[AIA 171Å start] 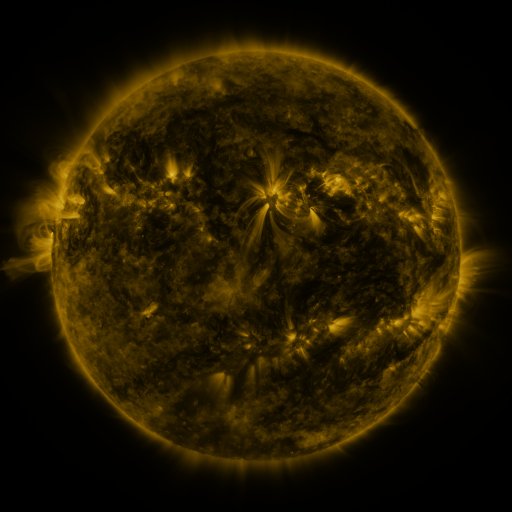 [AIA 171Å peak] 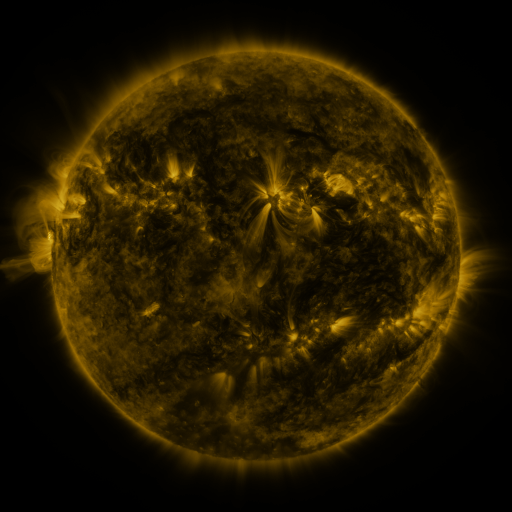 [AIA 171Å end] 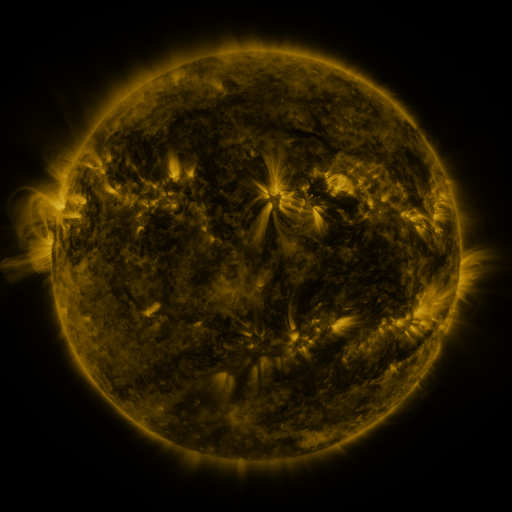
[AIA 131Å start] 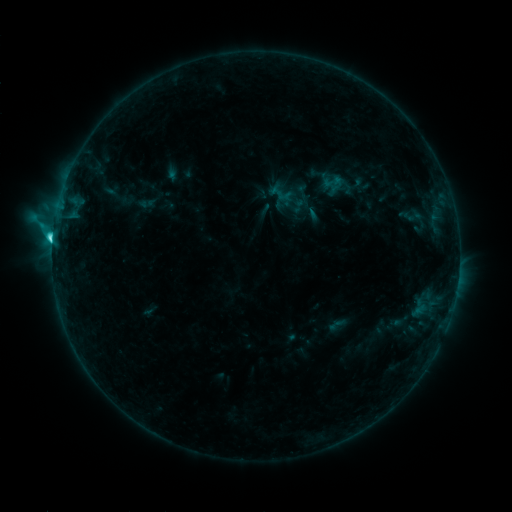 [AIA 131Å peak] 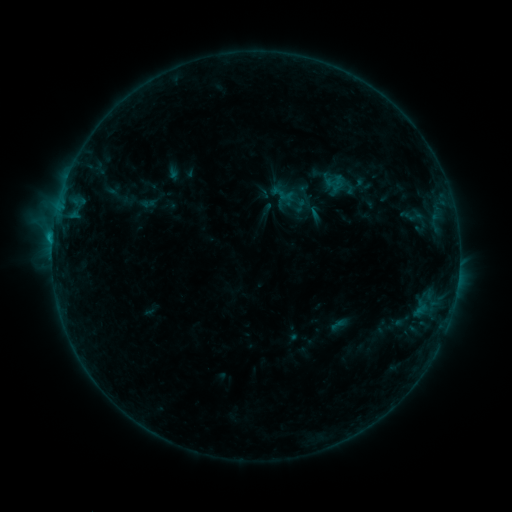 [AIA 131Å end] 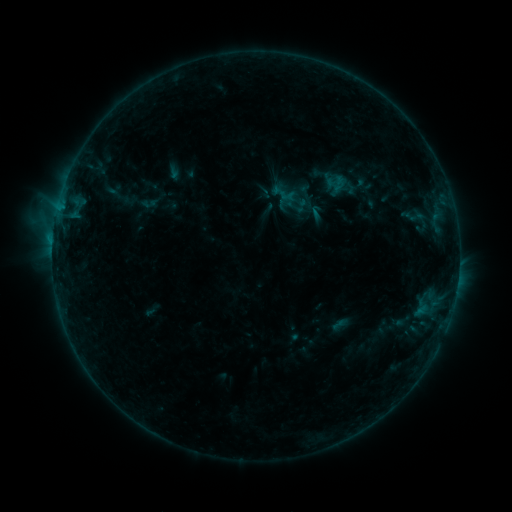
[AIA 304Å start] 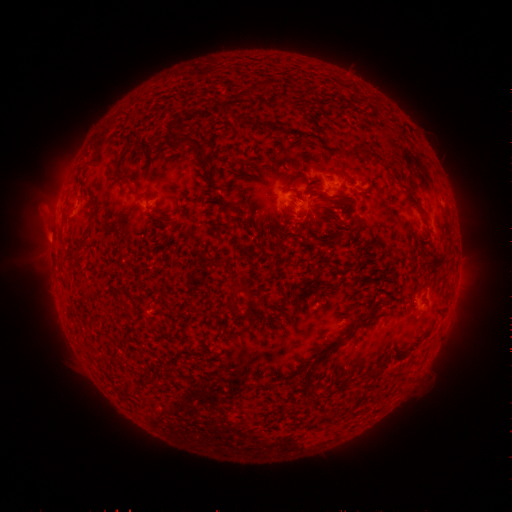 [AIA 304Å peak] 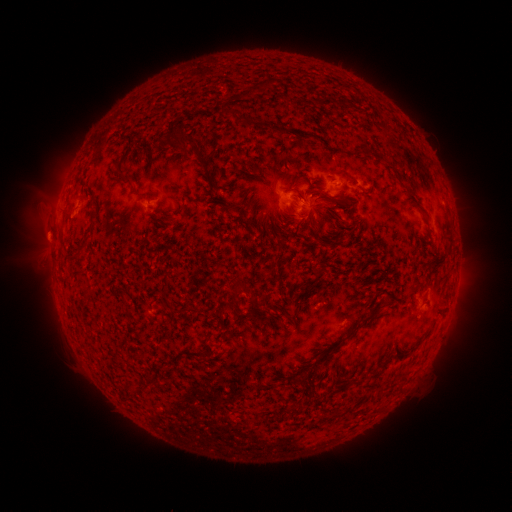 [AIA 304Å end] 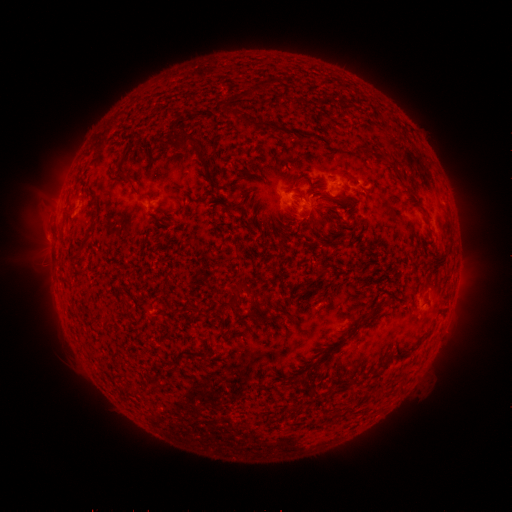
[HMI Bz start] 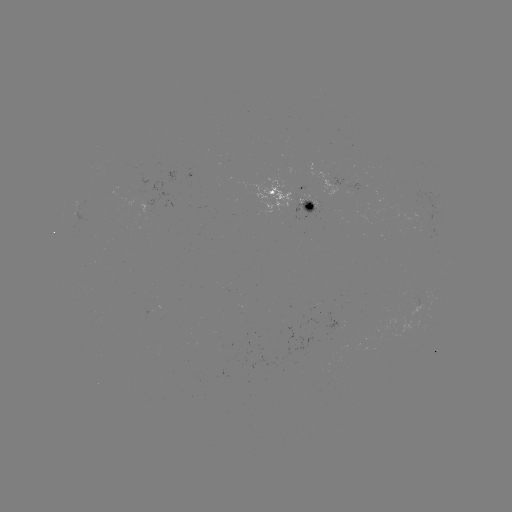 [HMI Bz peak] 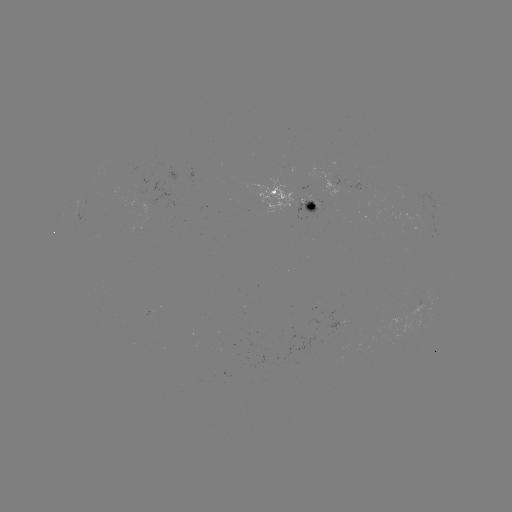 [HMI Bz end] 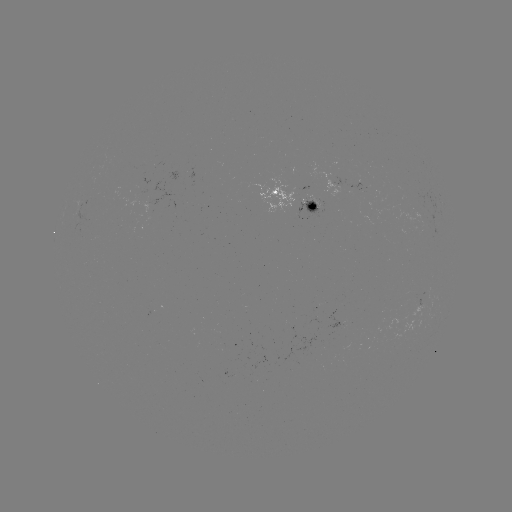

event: emerging-flux region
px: (357, 190)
